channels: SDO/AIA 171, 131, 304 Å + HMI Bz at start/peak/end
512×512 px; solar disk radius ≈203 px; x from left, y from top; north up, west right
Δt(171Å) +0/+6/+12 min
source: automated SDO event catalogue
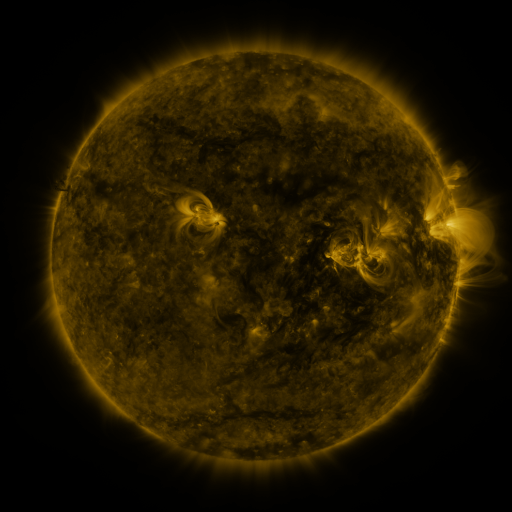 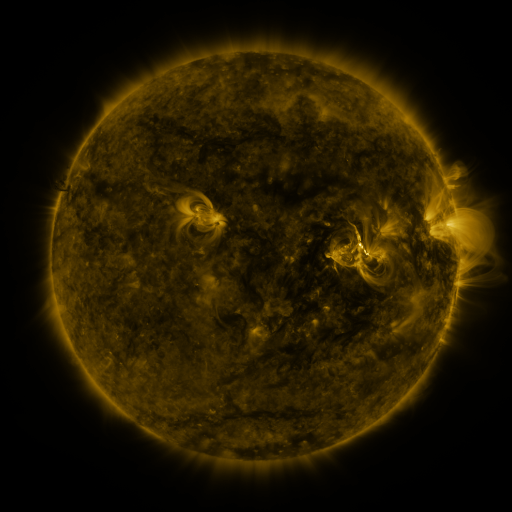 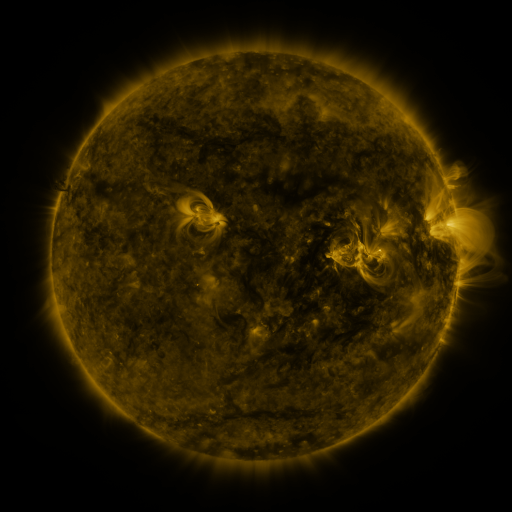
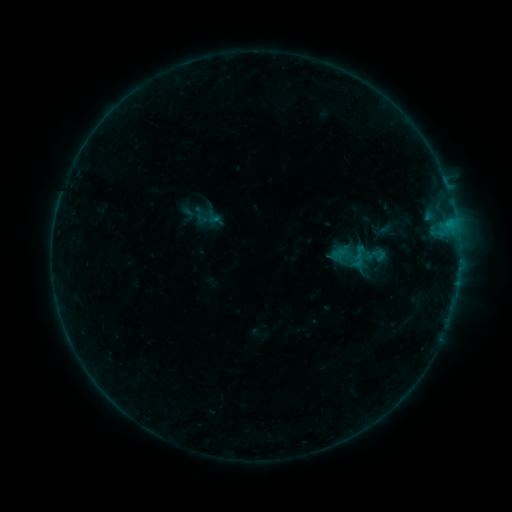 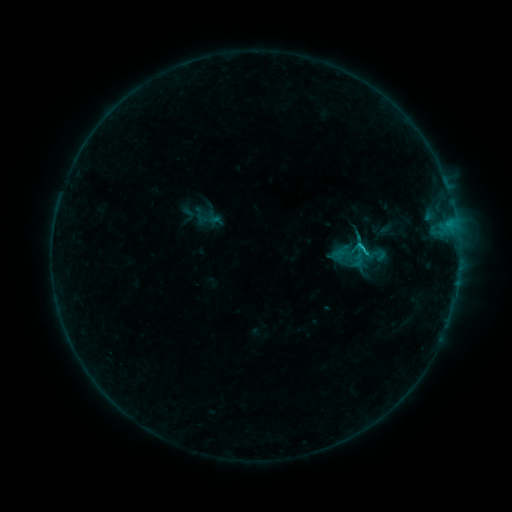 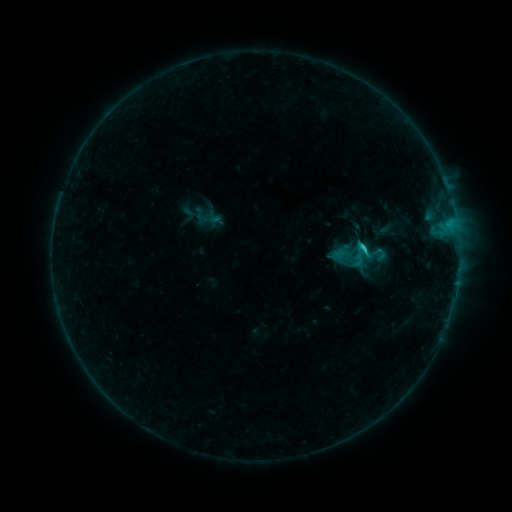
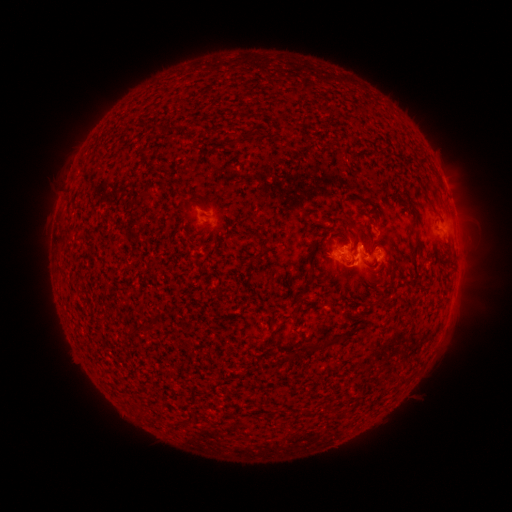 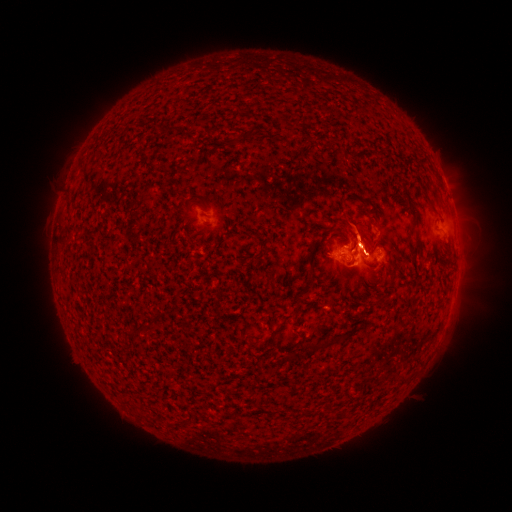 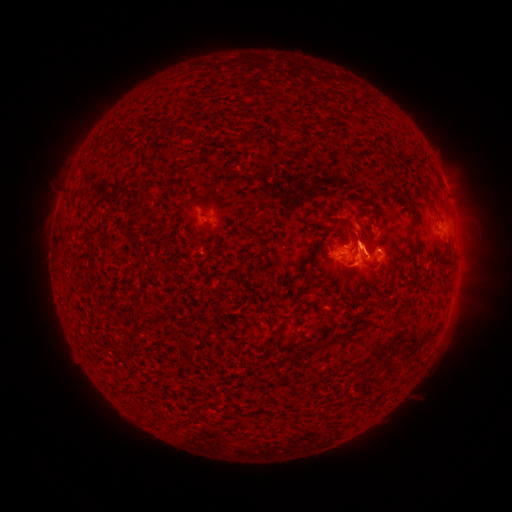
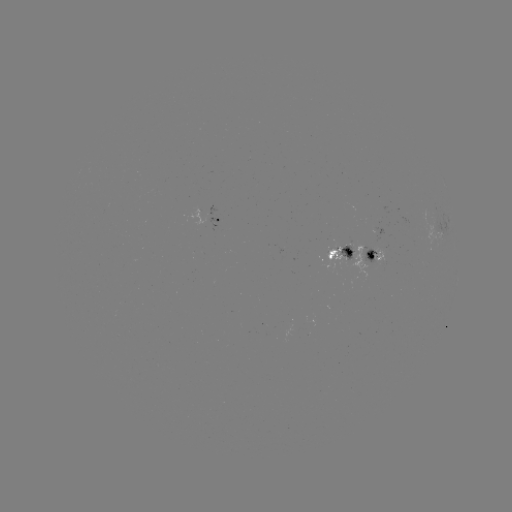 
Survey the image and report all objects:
eruption: (355, 177)
